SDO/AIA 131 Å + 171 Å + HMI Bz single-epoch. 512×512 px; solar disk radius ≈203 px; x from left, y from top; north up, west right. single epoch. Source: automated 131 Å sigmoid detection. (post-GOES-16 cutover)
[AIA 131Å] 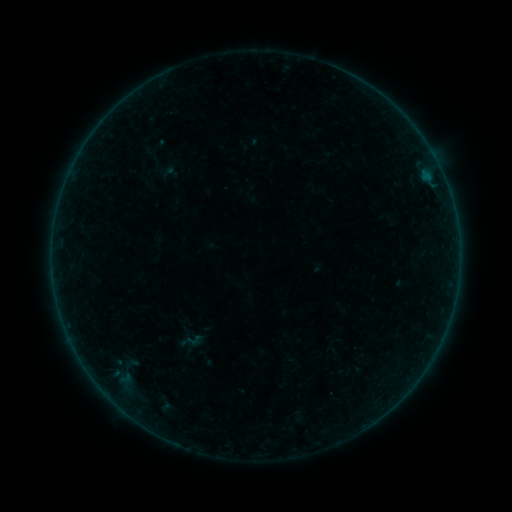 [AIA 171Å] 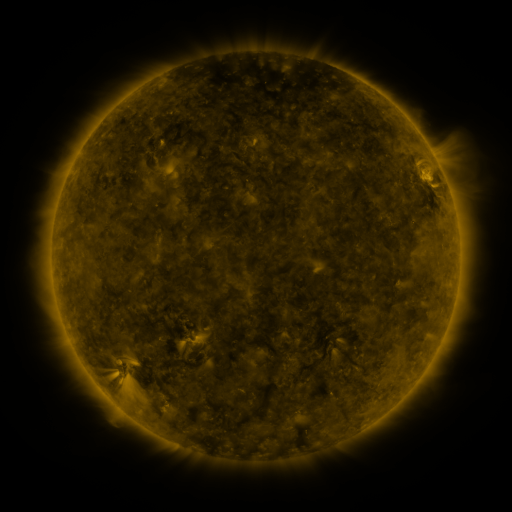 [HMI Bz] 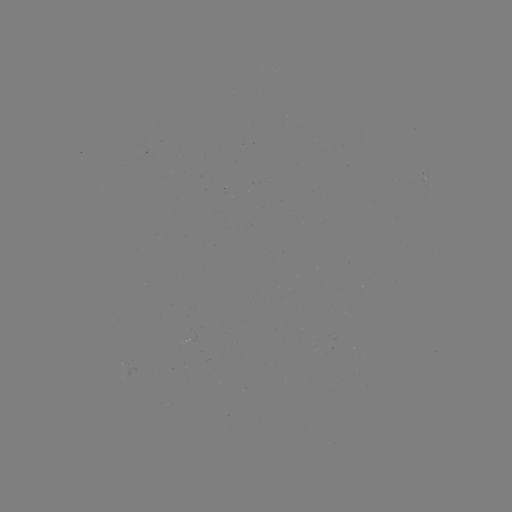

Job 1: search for sigmoid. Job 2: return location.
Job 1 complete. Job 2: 191,341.